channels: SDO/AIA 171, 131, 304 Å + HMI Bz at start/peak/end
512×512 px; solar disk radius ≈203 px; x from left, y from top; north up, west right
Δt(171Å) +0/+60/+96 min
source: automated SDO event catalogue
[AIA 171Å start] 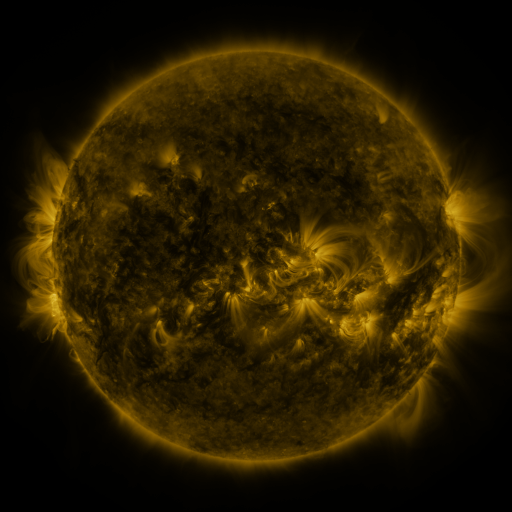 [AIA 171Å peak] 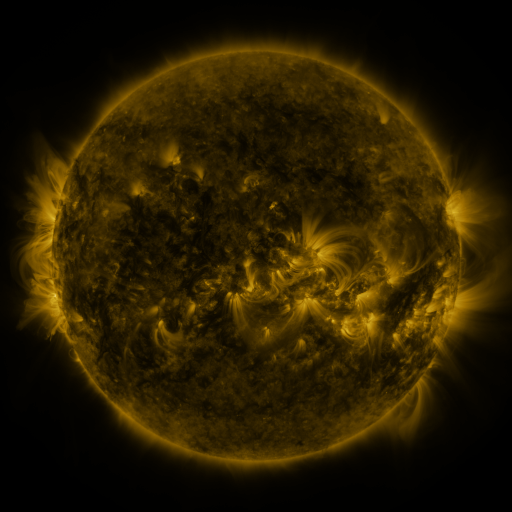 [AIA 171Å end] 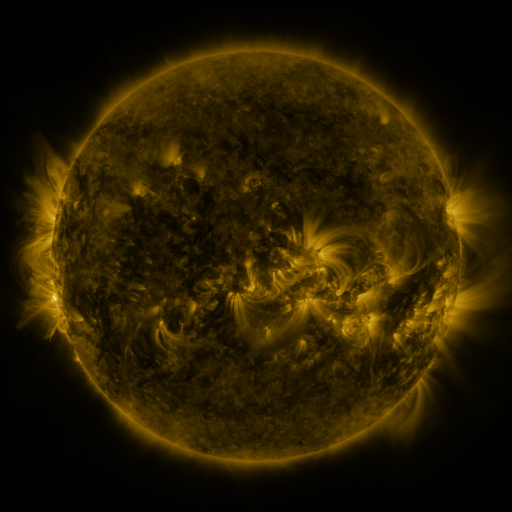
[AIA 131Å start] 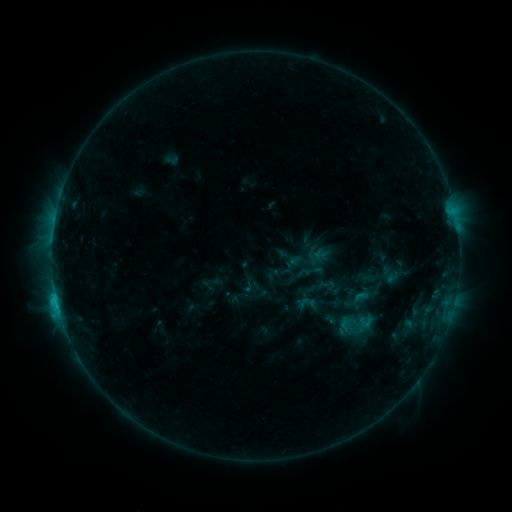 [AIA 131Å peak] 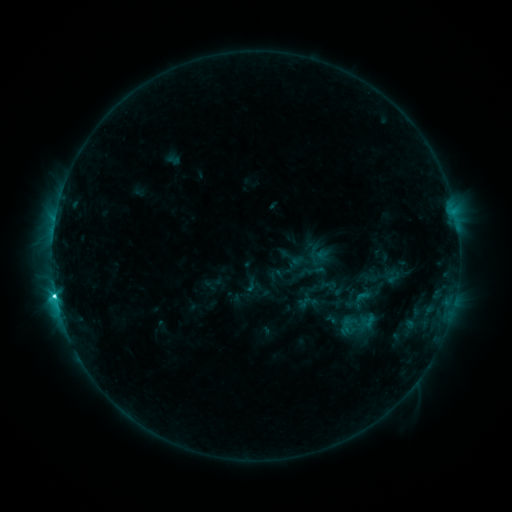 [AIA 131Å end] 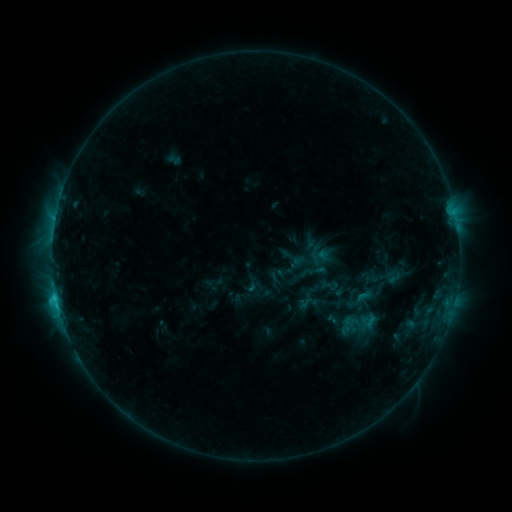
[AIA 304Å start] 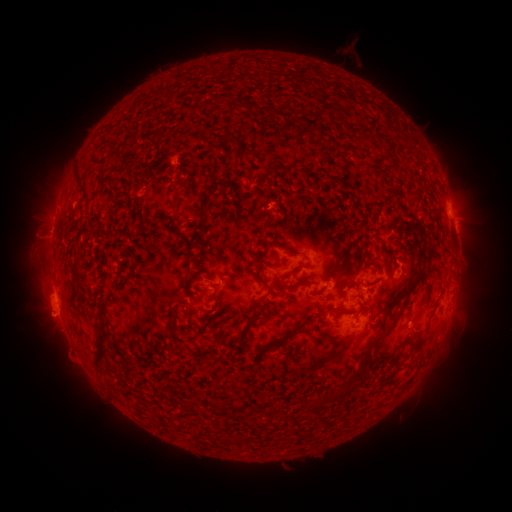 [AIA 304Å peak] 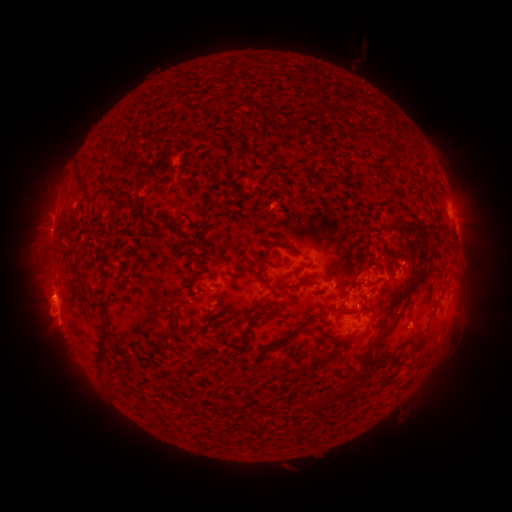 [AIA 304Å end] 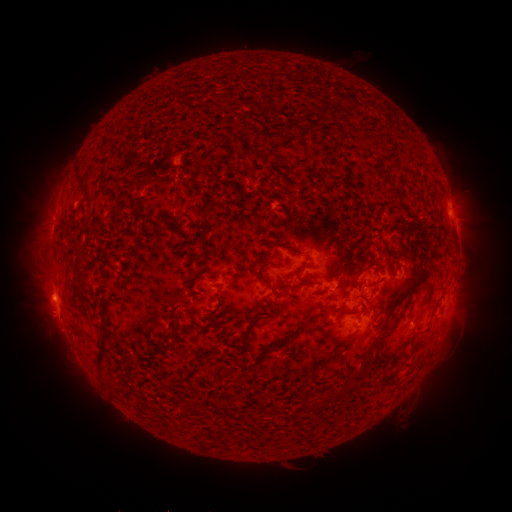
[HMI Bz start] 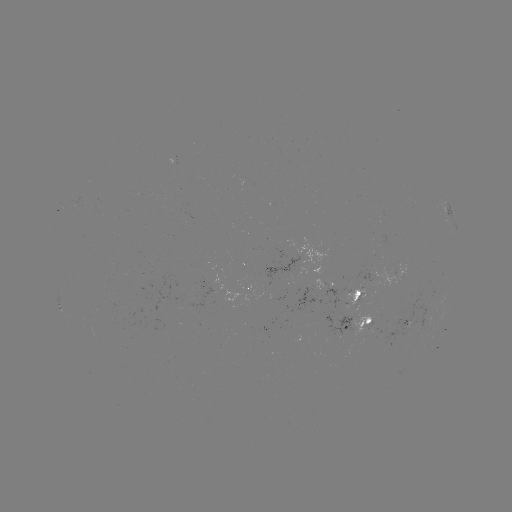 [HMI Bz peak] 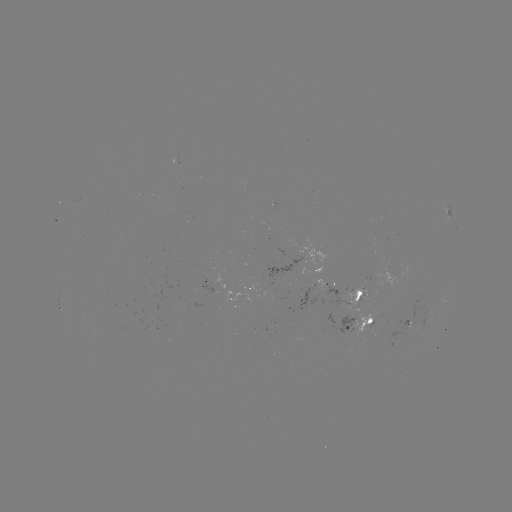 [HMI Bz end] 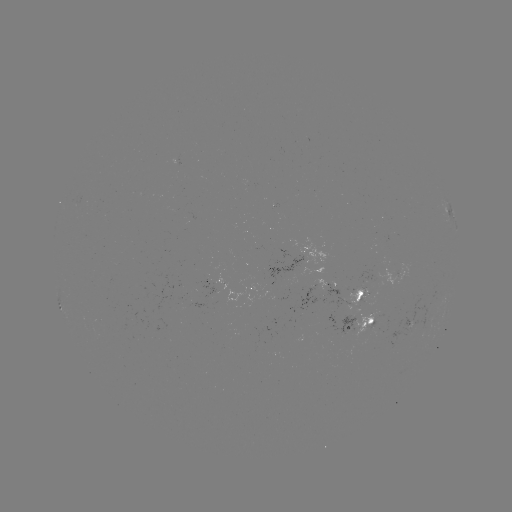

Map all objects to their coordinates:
emerging-flux region: (371, 330)
